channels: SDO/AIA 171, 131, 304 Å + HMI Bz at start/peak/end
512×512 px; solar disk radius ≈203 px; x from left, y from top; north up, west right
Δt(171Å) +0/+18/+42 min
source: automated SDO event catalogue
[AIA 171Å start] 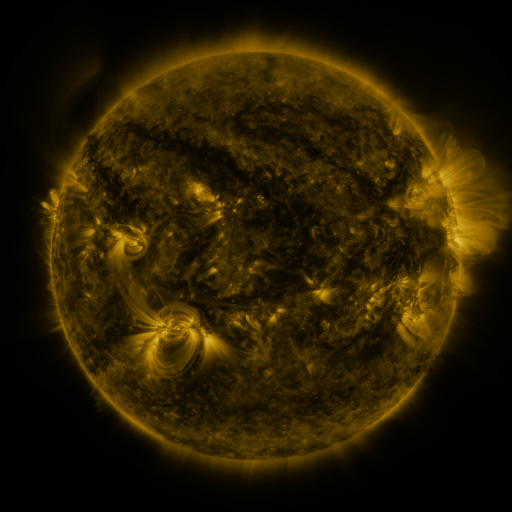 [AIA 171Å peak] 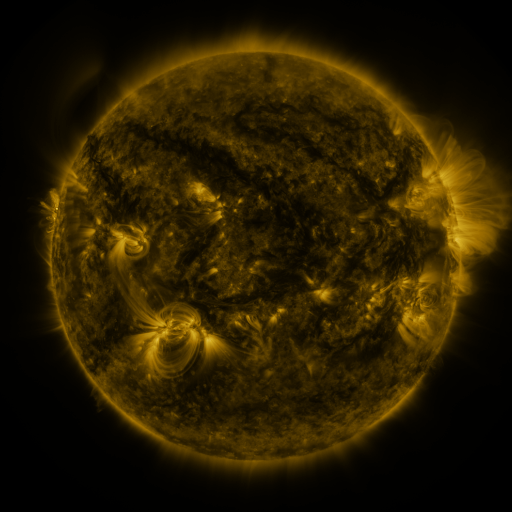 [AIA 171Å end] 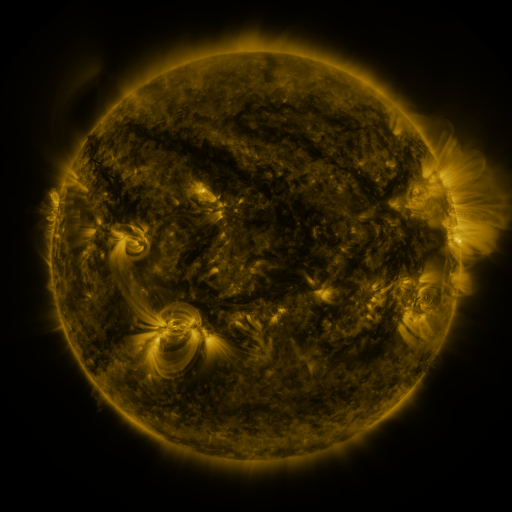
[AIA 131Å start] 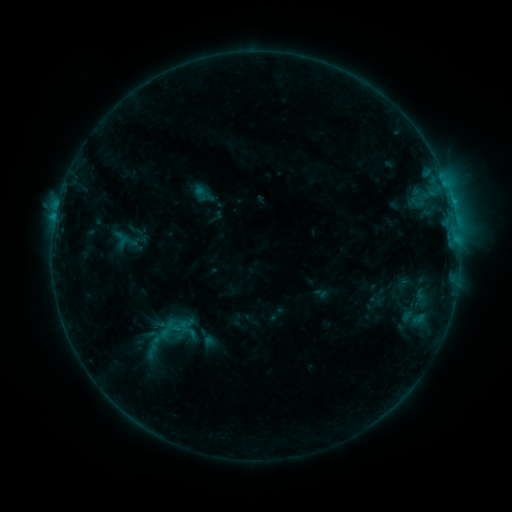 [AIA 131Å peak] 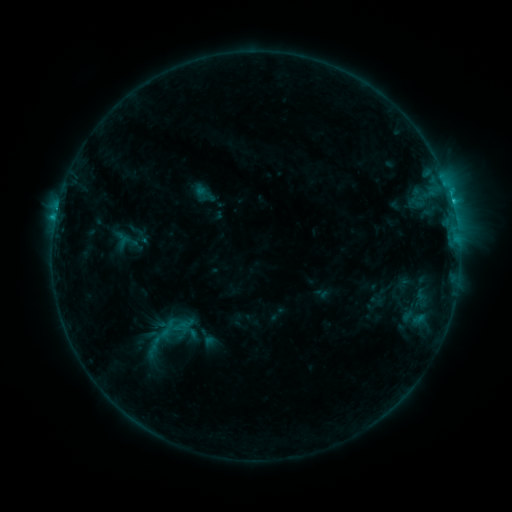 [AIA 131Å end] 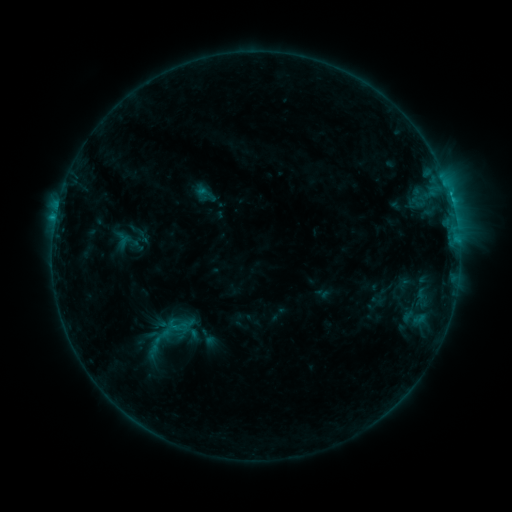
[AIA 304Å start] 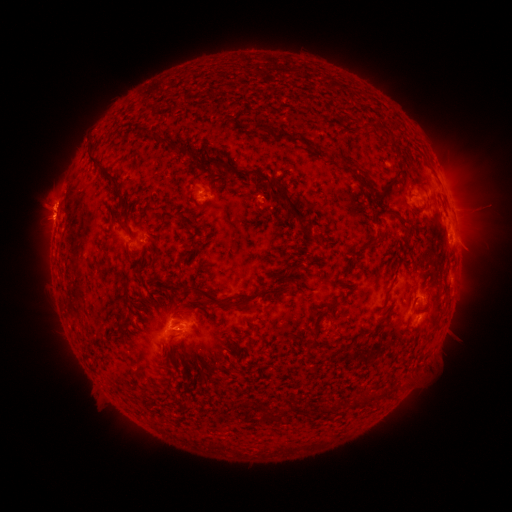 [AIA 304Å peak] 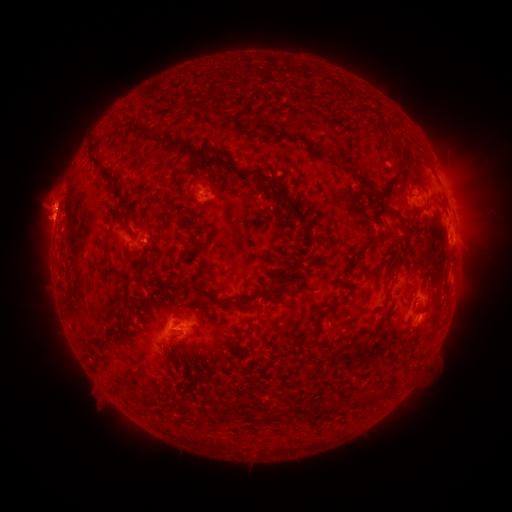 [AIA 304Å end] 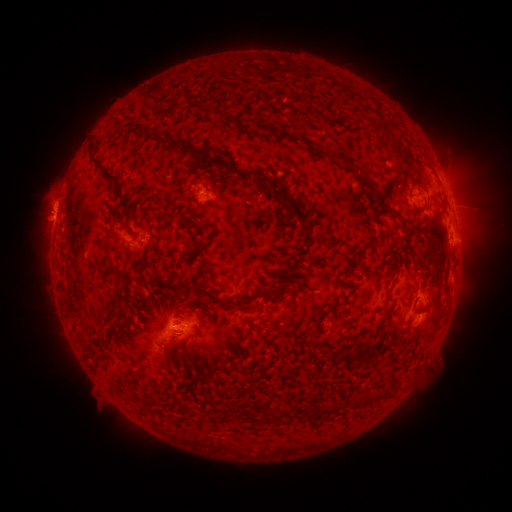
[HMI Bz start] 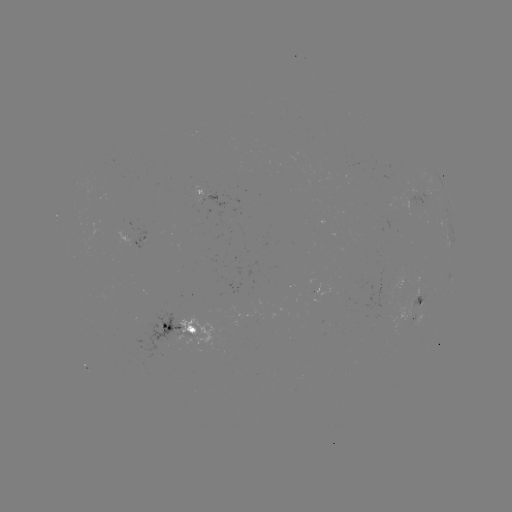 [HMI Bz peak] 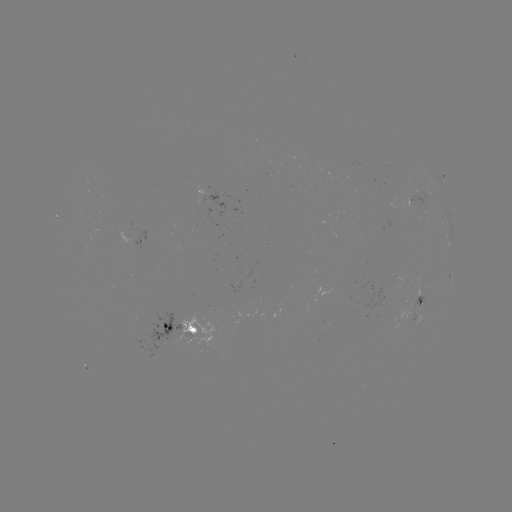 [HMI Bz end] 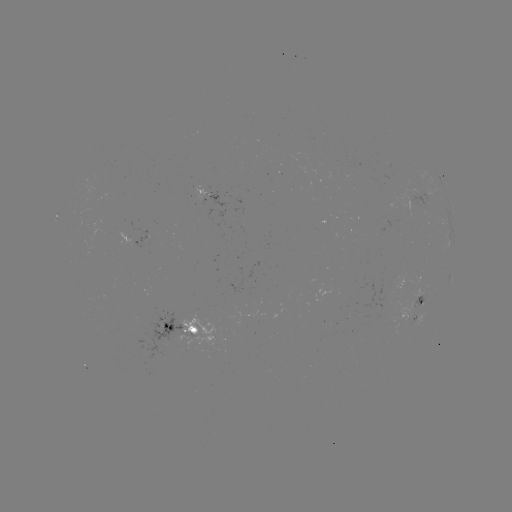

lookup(C1.8 flare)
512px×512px [145, 241]